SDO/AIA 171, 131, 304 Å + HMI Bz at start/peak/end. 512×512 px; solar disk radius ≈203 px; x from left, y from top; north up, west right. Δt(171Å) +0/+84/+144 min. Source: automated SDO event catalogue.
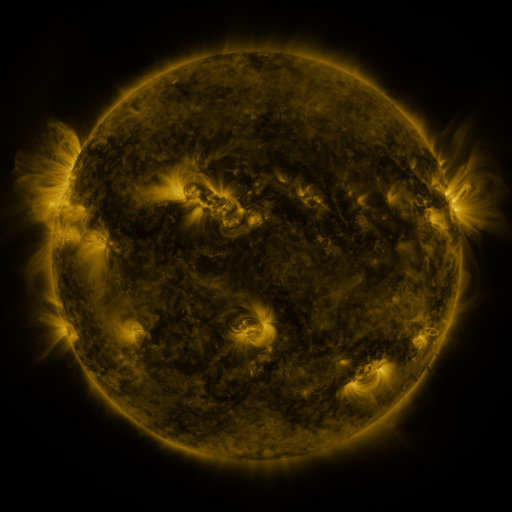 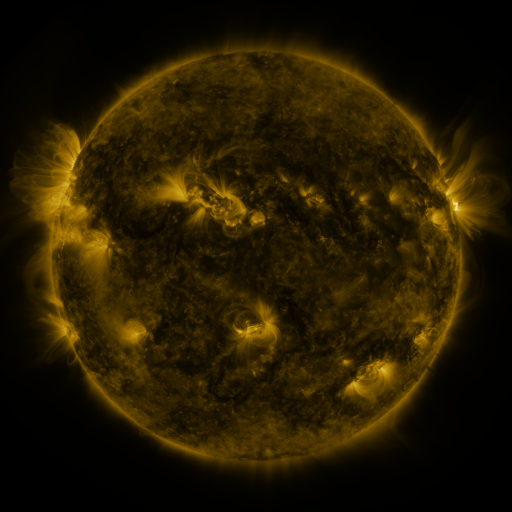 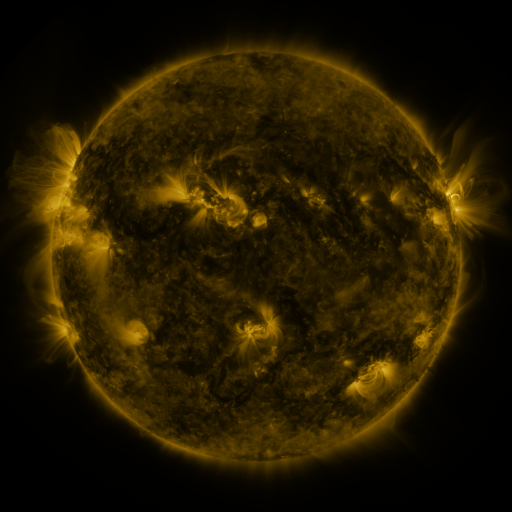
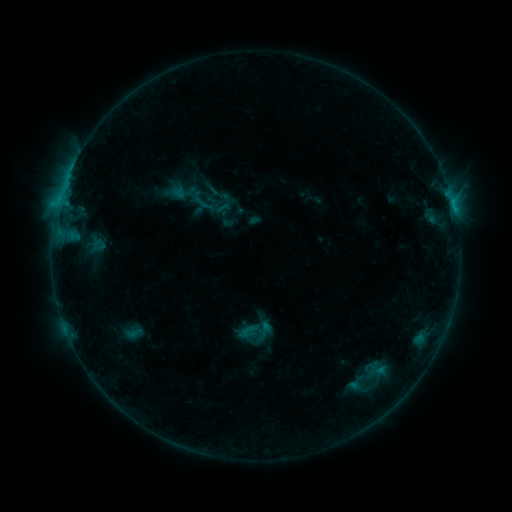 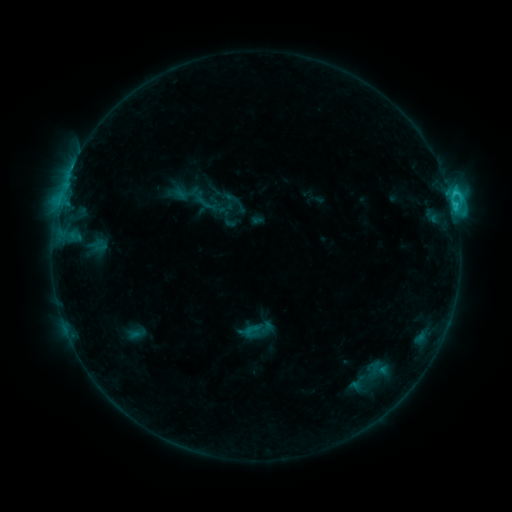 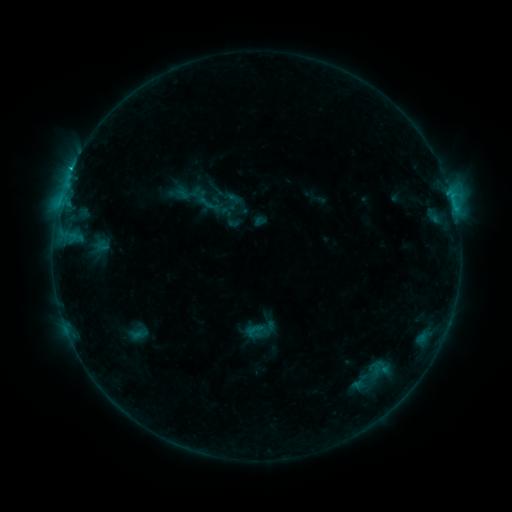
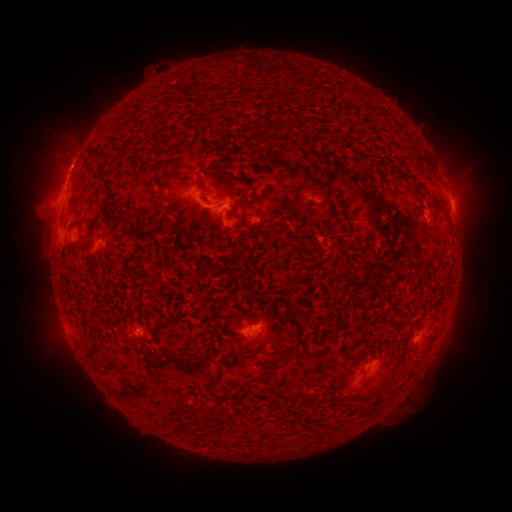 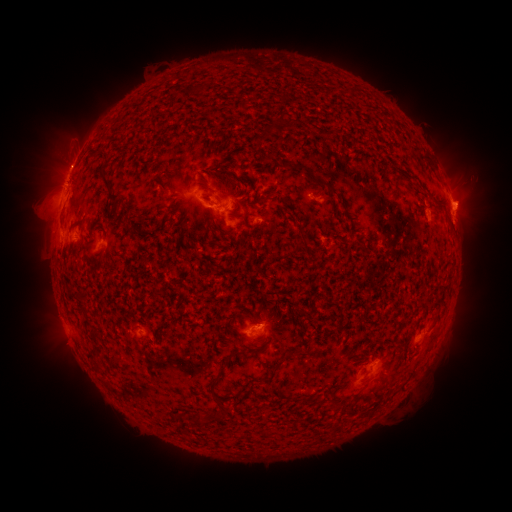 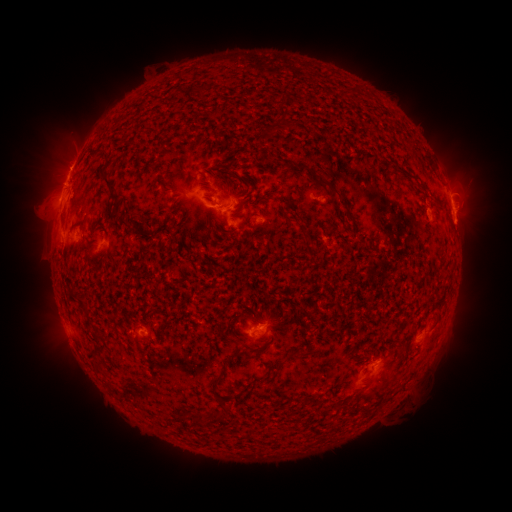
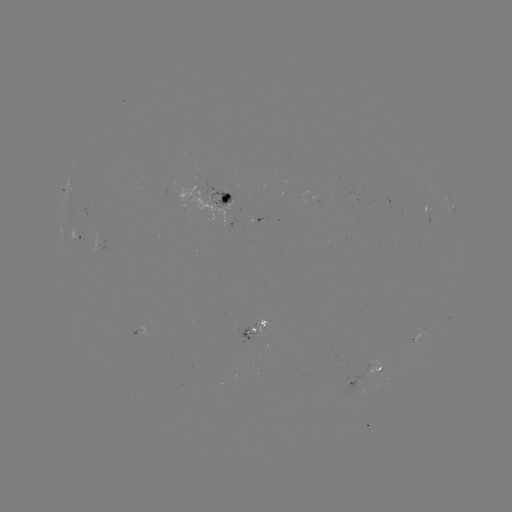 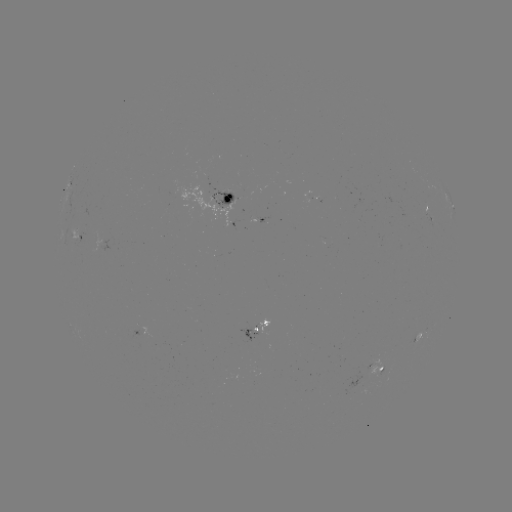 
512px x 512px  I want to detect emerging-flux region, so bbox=[367, 356, 383, 378].